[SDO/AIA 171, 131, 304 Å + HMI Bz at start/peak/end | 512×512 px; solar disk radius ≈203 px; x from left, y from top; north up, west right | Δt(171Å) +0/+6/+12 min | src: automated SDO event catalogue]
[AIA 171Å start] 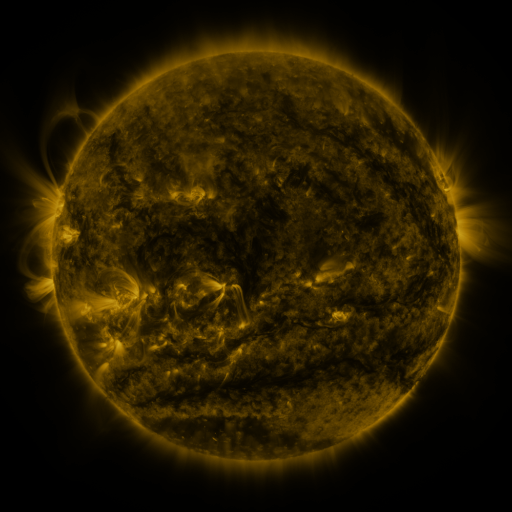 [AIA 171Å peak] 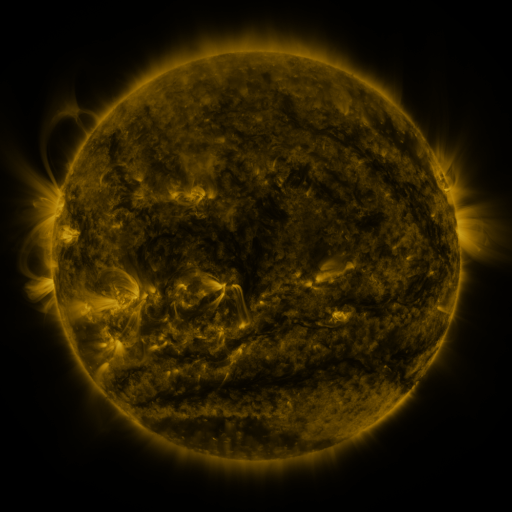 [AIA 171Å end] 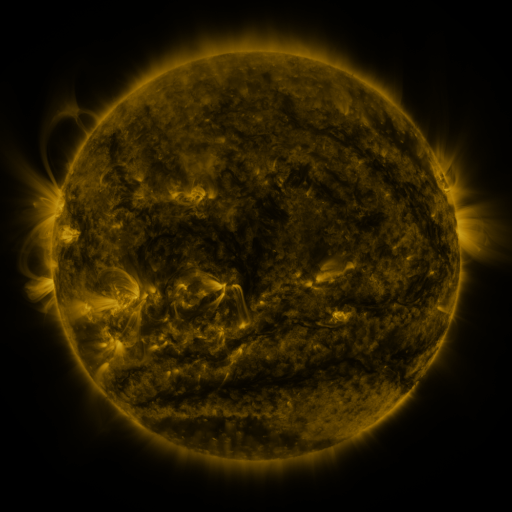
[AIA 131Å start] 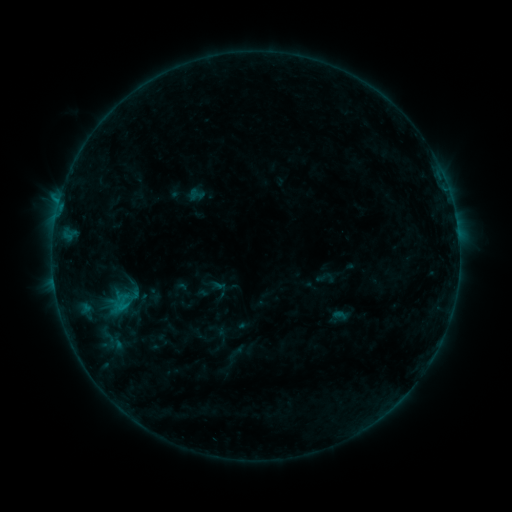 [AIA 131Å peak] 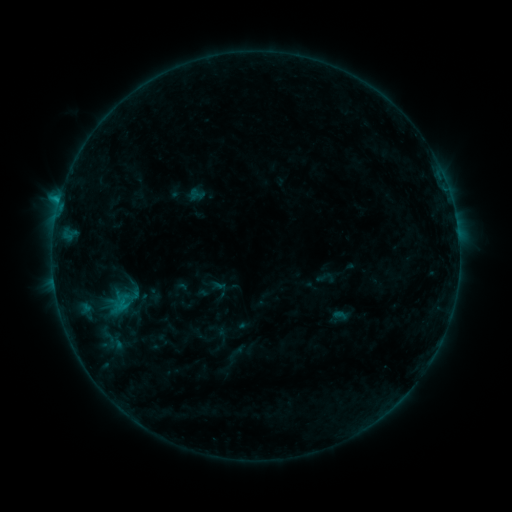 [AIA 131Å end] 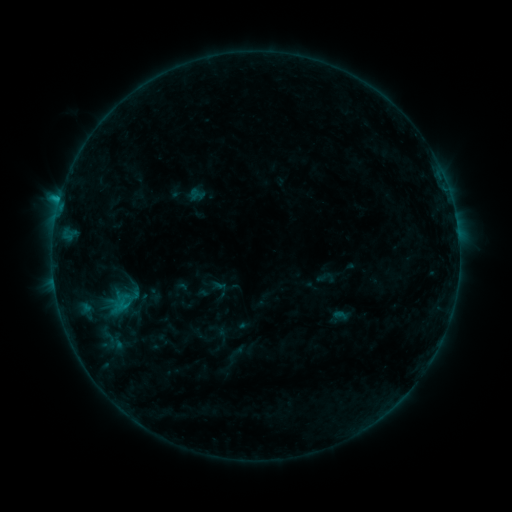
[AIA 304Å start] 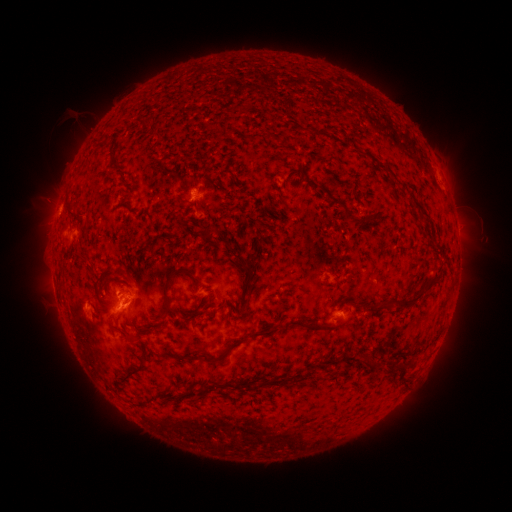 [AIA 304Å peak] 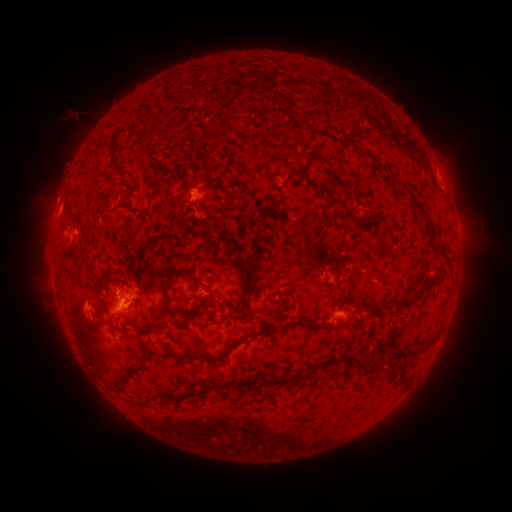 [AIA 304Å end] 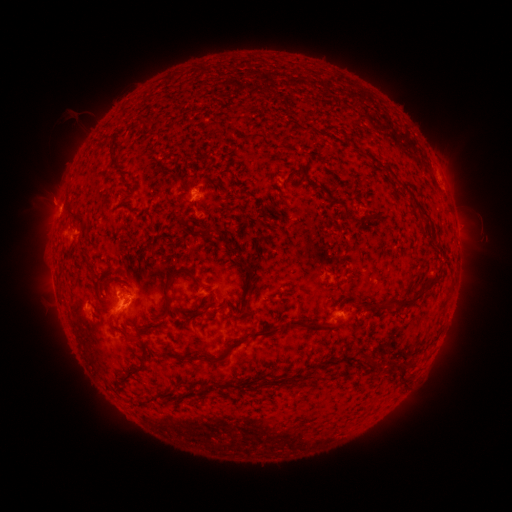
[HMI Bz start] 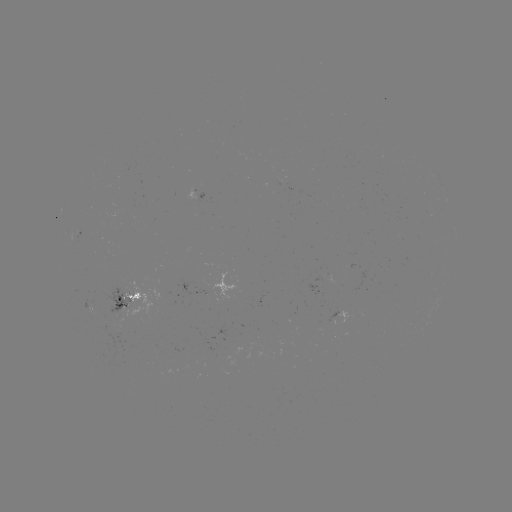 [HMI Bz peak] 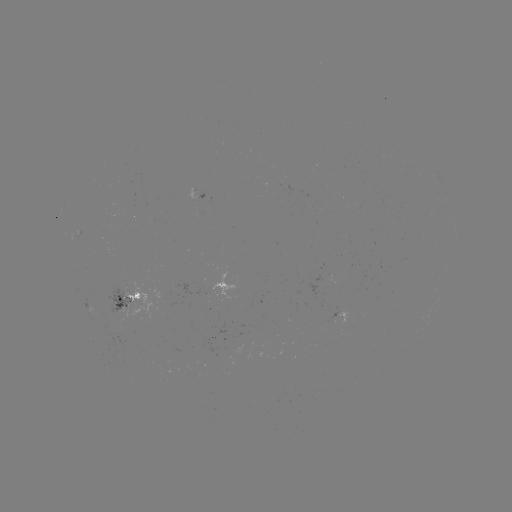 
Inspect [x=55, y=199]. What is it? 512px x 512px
eruption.